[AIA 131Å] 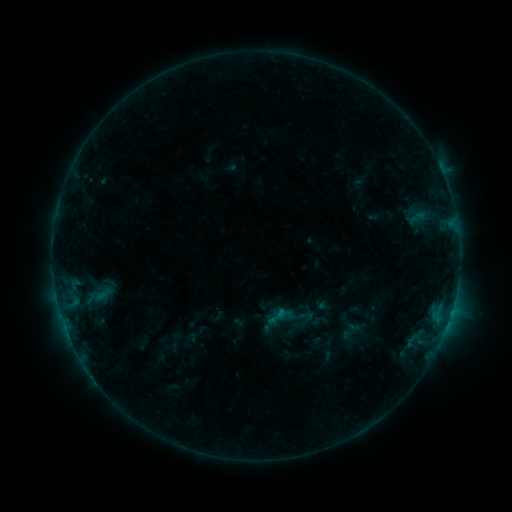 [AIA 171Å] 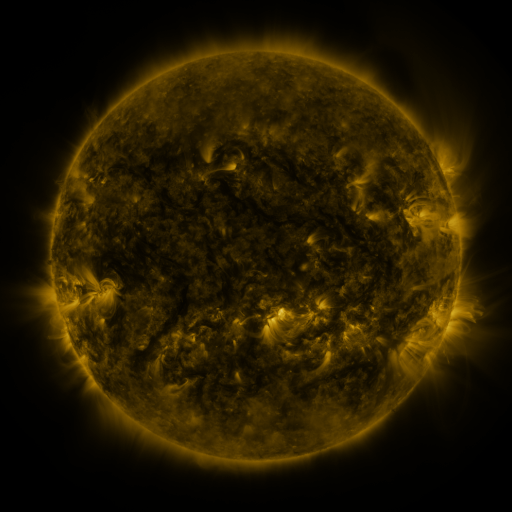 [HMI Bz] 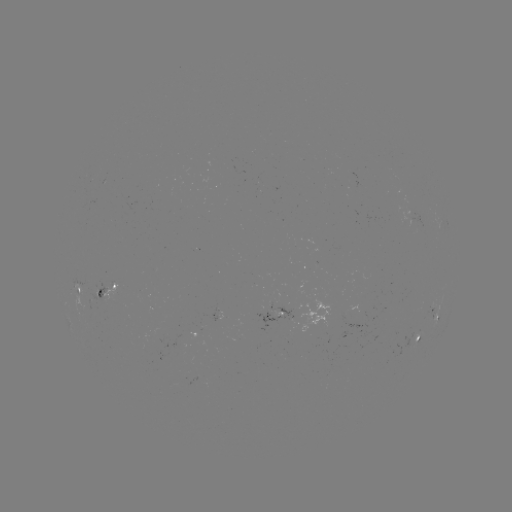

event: sigmoid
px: (277, 316)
